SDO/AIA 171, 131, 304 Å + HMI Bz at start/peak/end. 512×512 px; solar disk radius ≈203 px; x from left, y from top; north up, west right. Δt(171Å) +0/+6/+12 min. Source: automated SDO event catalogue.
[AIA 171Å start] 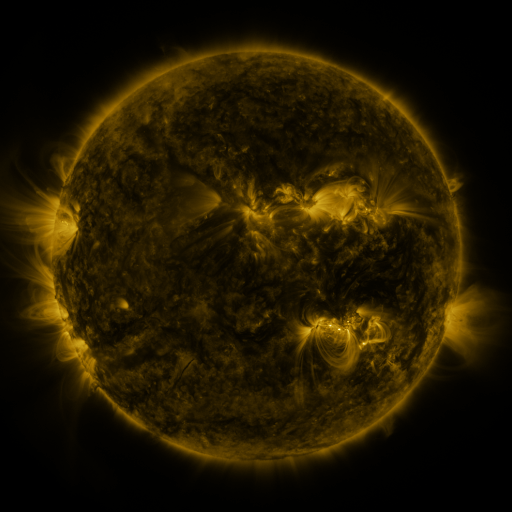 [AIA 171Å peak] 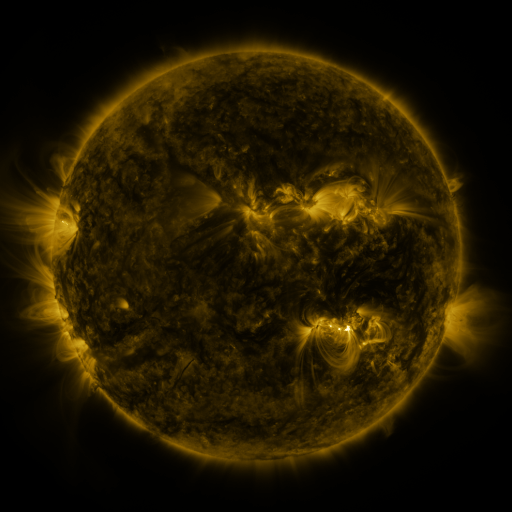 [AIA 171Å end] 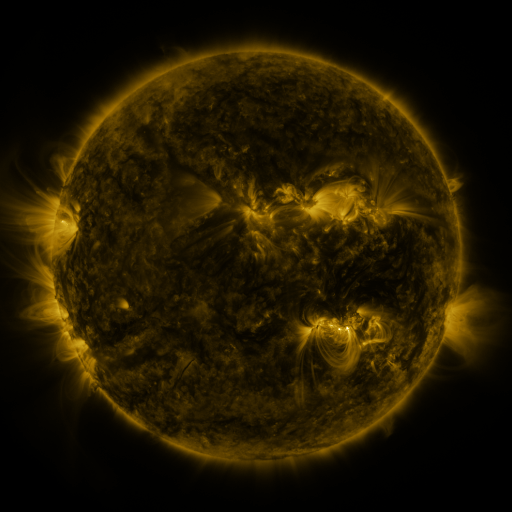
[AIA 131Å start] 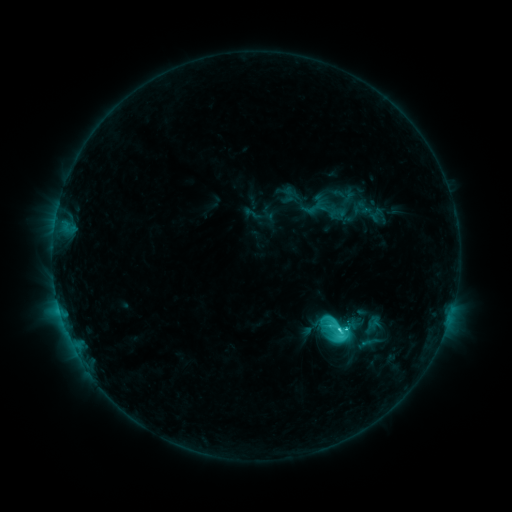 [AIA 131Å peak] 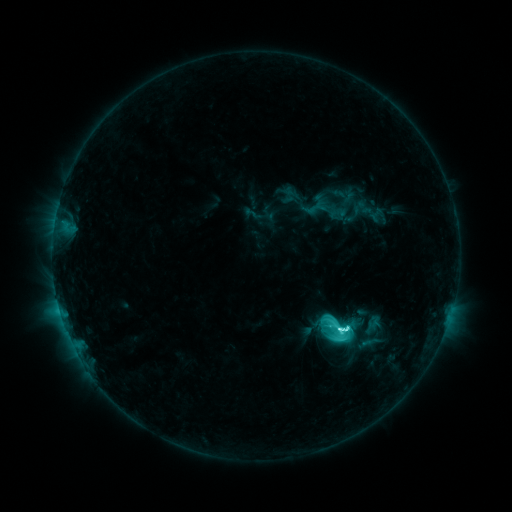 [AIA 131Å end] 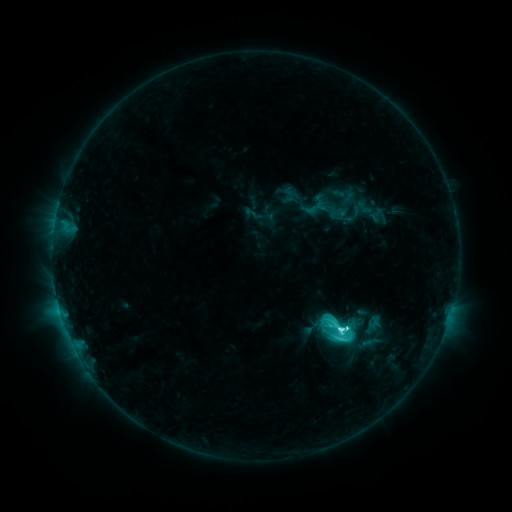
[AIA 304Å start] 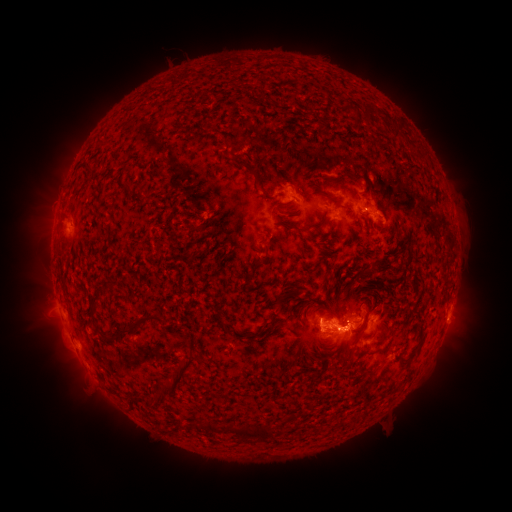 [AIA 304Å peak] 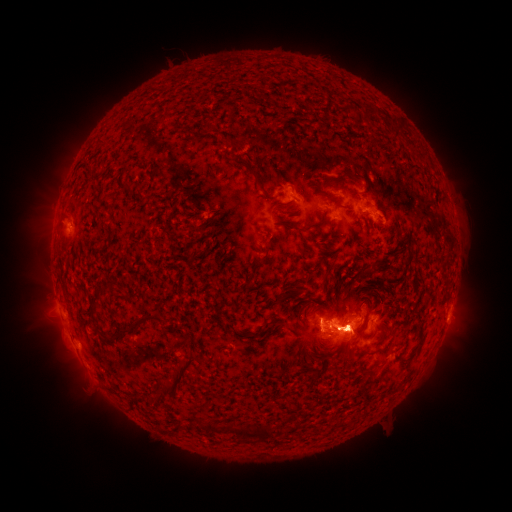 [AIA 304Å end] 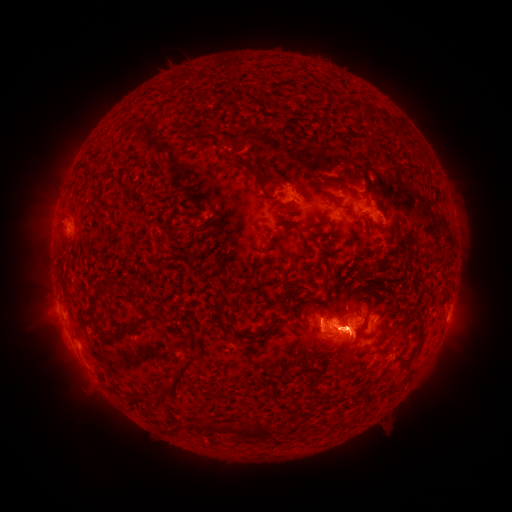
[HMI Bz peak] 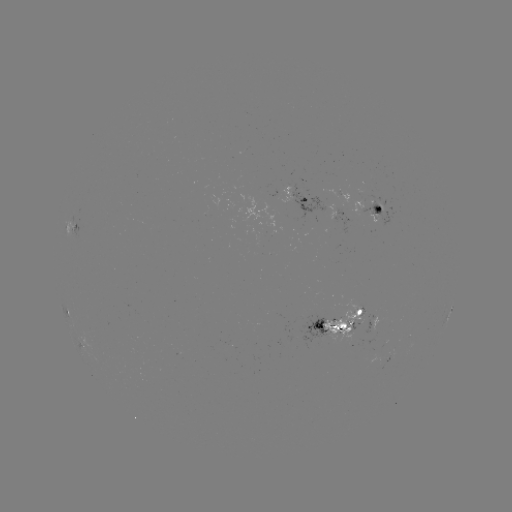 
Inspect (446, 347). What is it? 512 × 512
eruption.